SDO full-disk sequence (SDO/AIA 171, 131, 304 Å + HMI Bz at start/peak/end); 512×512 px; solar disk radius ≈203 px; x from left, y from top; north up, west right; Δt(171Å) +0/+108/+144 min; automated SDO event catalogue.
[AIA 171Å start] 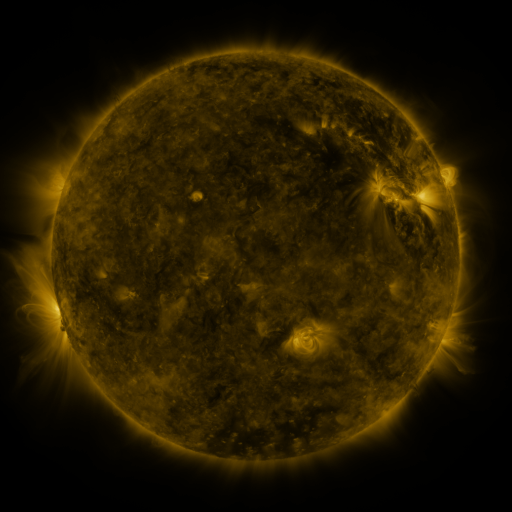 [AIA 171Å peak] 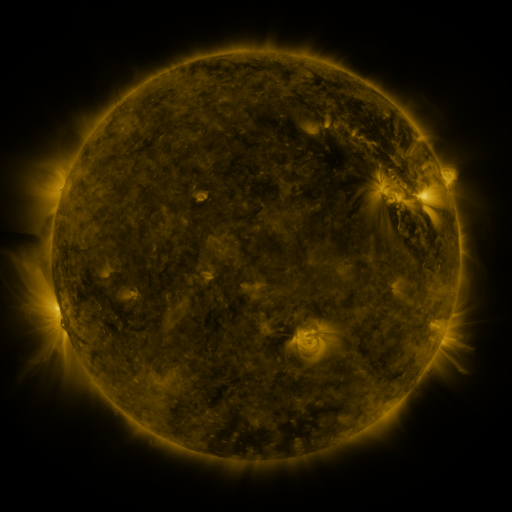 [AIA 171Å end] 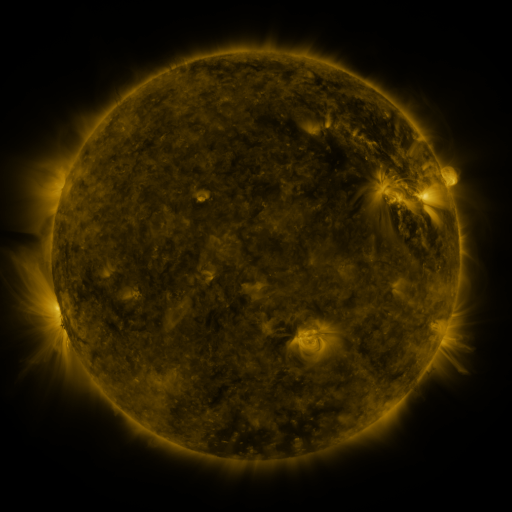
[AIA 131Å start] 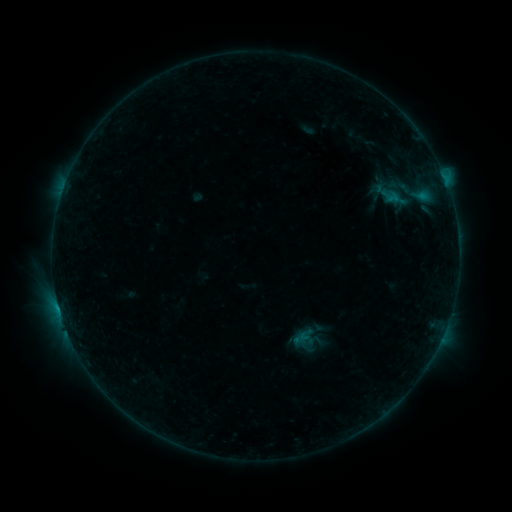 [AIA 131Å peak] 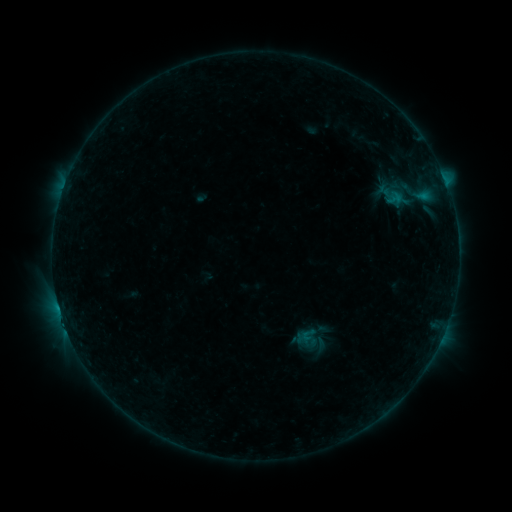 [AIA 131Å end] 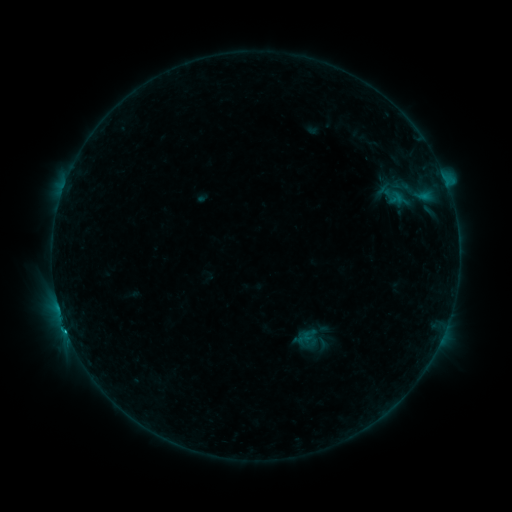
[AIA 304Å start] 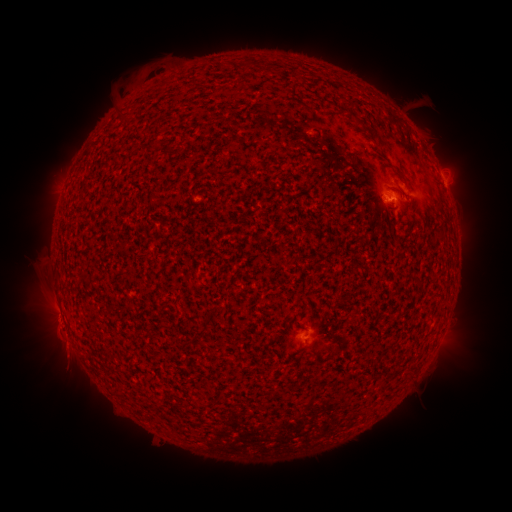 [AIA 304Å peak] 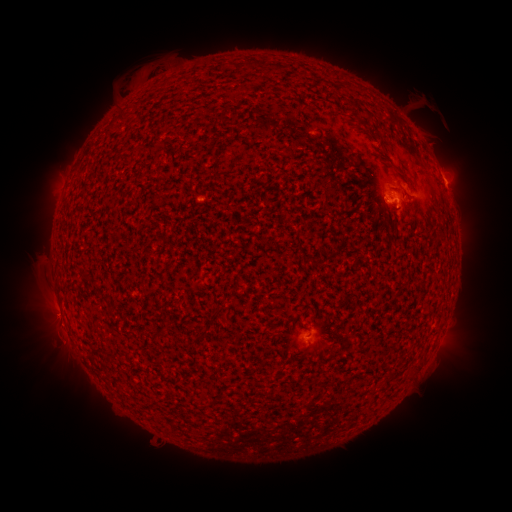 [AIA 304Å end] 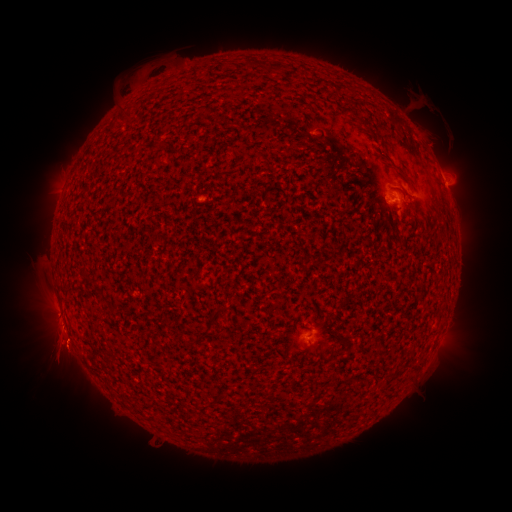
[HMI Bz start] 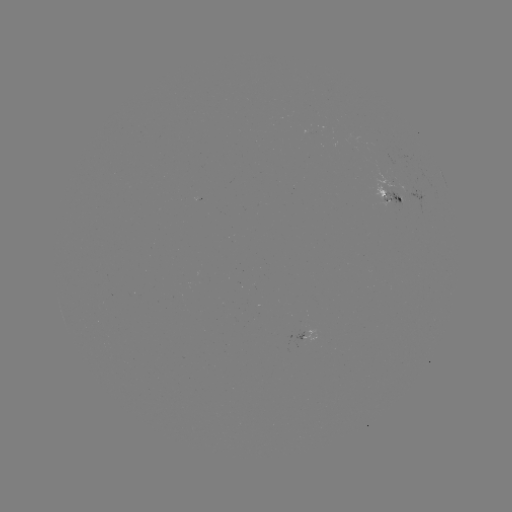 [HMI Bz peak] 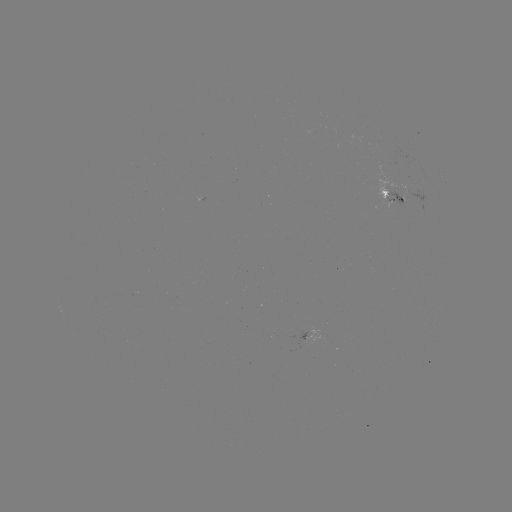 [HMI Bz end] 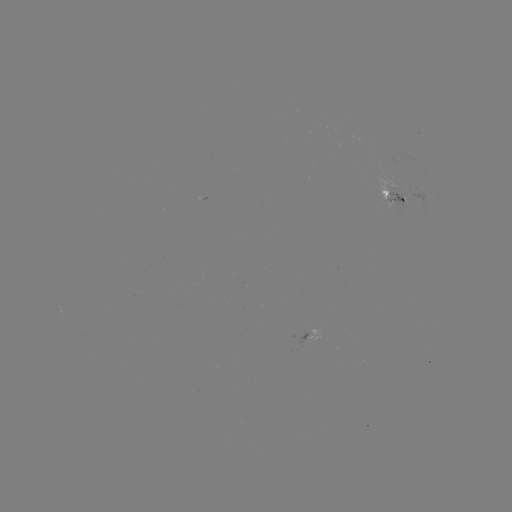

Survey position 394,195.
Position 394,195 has emerging-flux region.